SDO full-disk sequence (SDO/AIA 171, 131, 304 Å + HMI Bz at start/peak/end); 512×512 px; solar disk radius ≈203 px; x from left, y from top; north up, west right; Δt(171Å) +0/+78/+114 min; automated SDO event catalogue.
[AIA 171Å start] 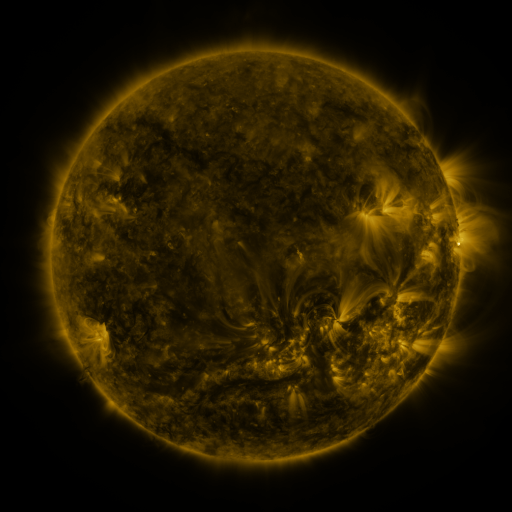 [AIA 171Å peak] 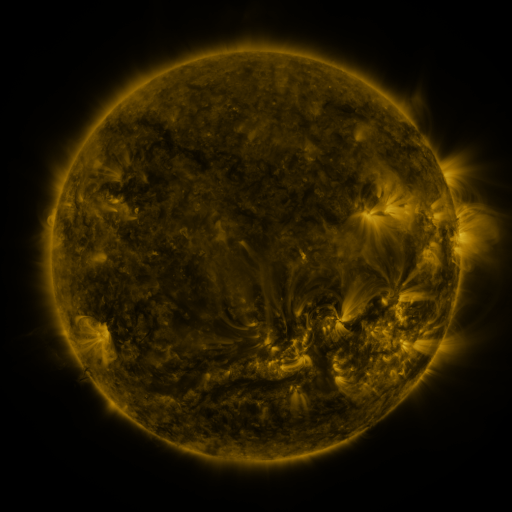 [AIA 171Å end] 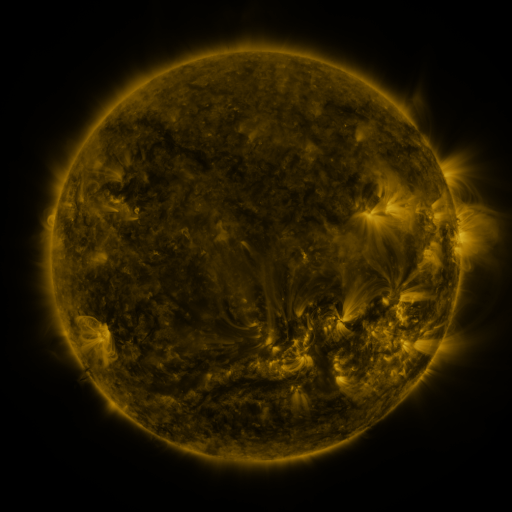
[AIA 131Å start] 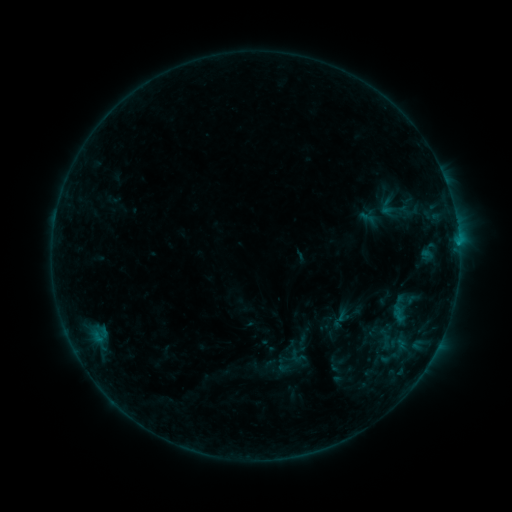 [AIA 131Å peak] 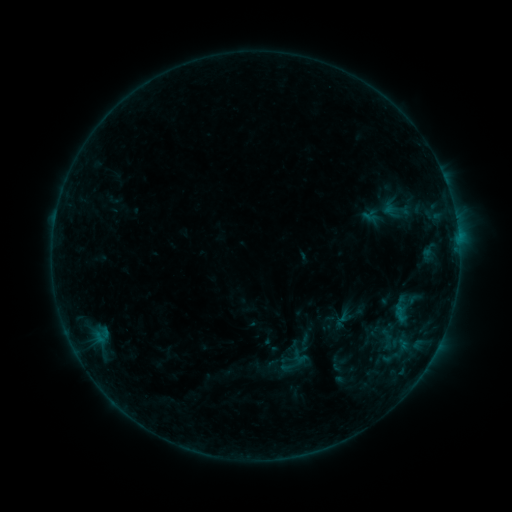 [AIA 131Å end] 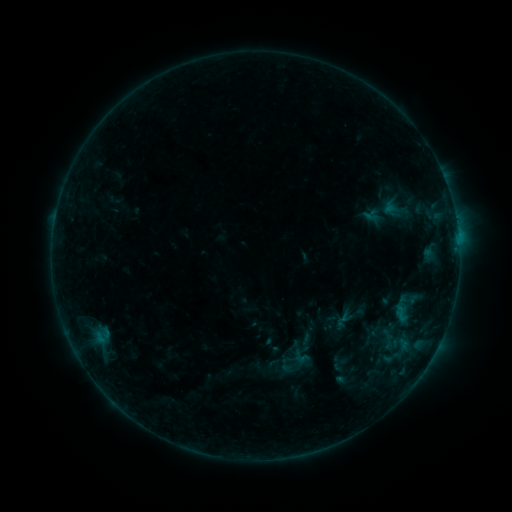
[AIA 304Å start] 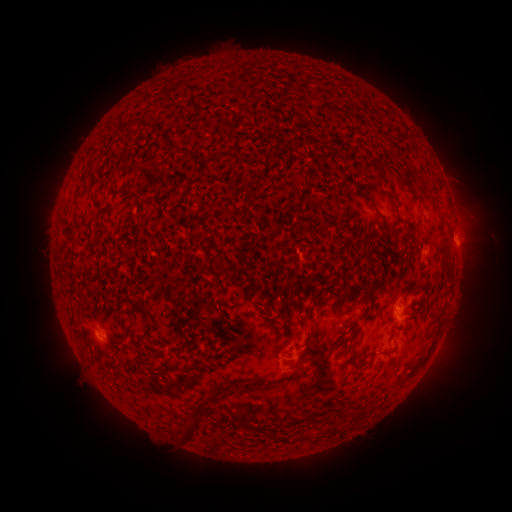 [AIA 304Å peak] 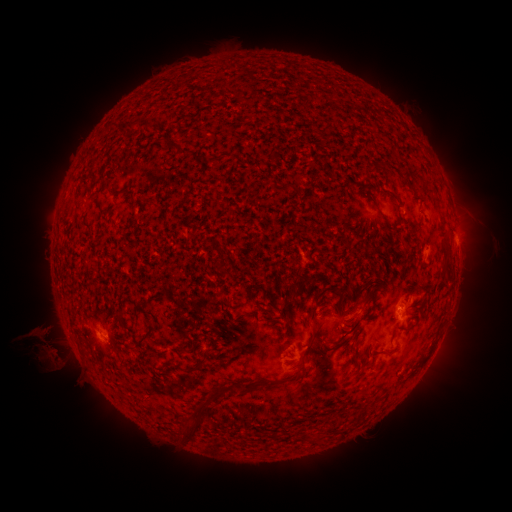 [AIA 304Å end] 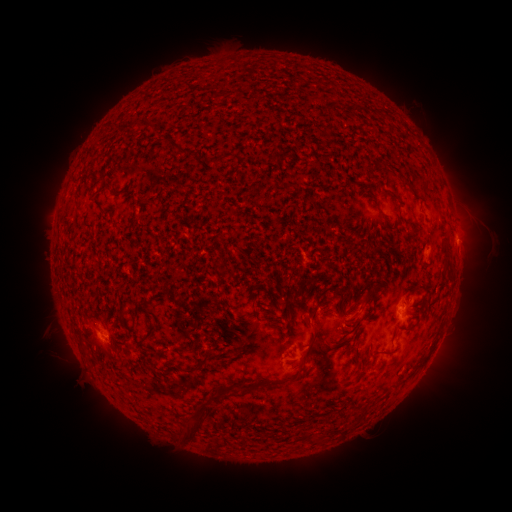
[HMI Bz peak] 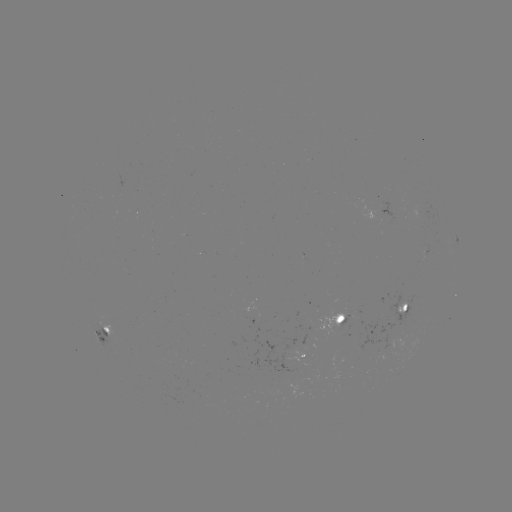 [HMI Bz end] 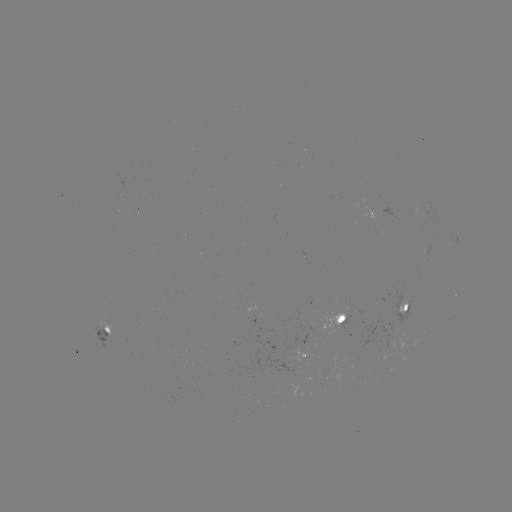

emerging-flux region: <bbox>87, 314, 122, 349</bbox>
